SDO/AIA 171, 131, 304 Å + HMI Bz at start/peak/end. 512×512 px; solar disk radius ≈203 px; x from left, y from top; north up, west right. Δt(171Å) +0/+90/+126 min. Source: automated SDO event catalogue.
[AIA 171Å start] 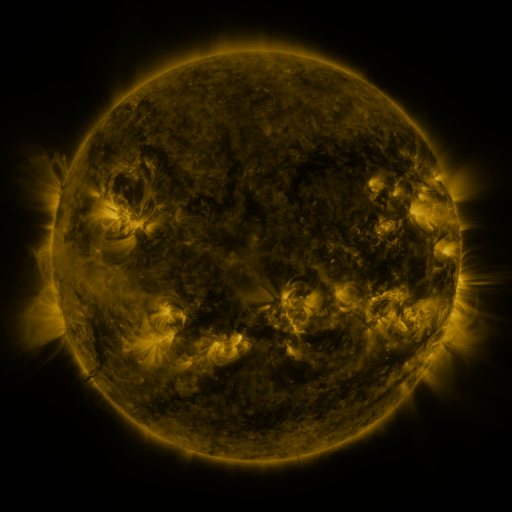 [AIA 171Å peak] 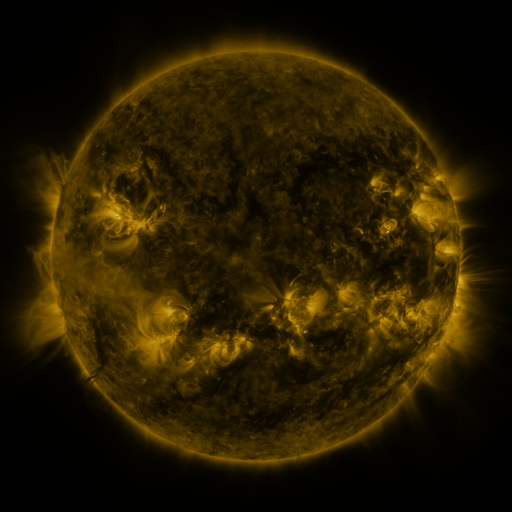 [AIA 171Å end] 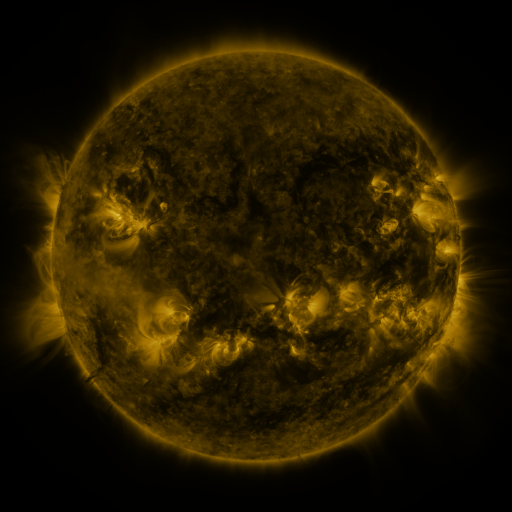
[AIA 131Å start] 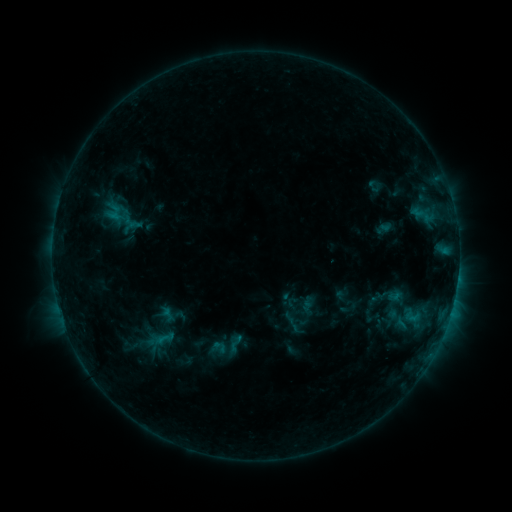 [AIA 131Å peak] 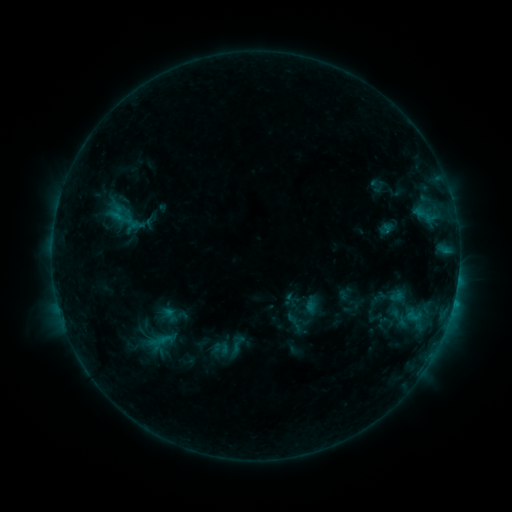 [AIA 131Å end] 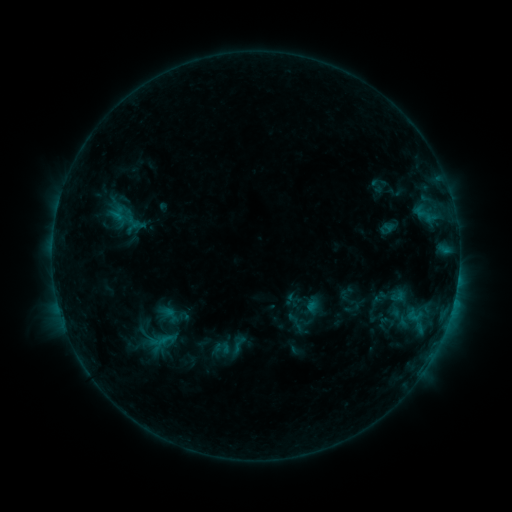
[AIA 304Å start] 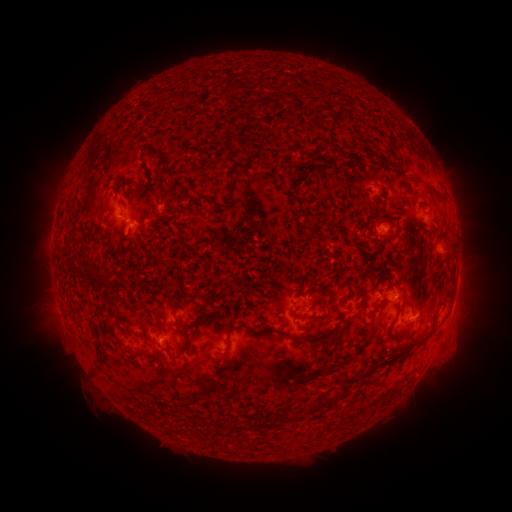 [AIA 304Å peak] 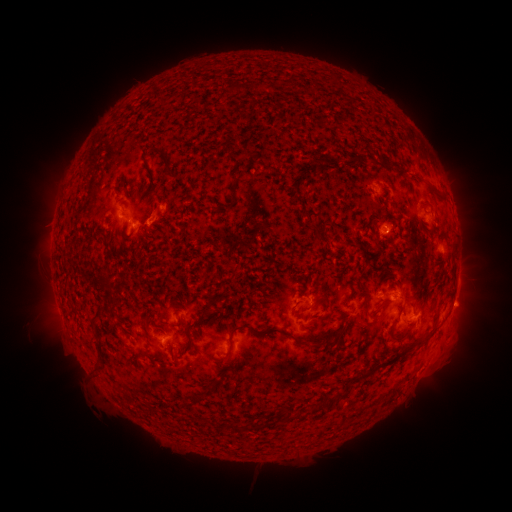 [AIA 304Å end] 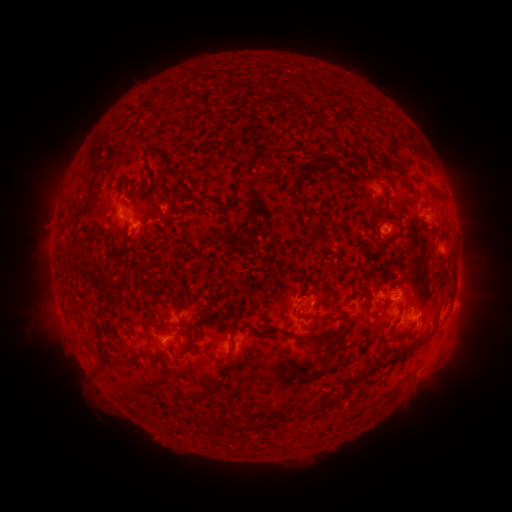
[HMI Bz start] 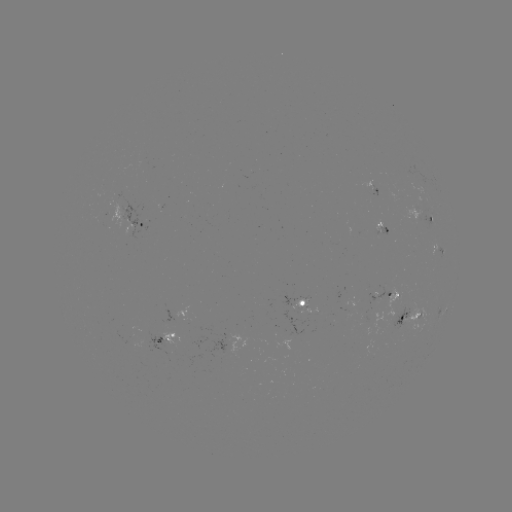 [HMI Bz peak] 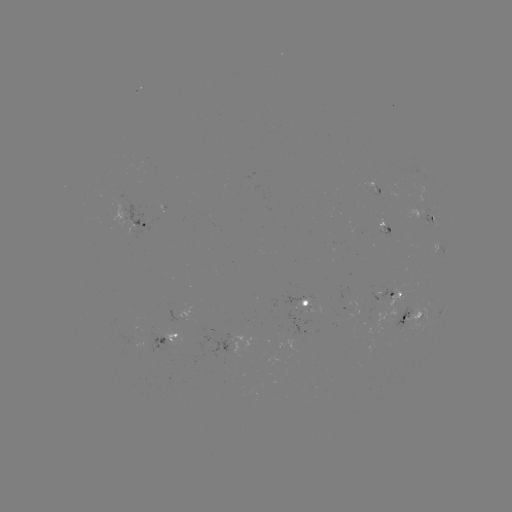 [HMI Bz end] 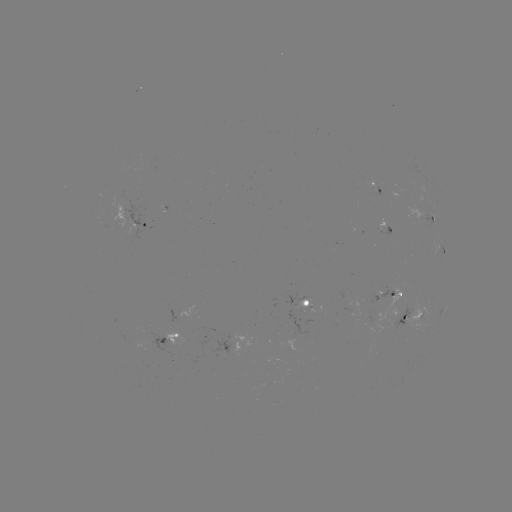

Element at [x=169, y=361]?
emerging-flux region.